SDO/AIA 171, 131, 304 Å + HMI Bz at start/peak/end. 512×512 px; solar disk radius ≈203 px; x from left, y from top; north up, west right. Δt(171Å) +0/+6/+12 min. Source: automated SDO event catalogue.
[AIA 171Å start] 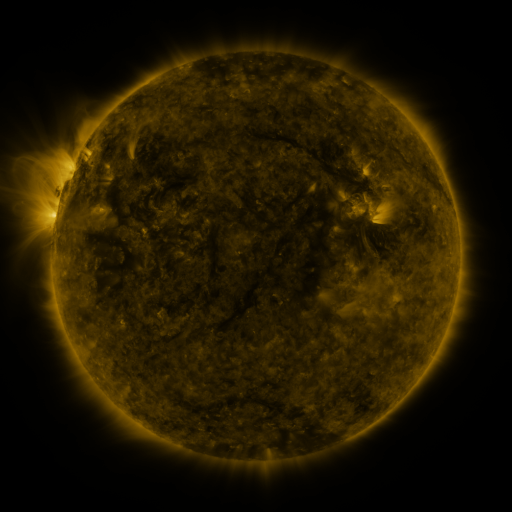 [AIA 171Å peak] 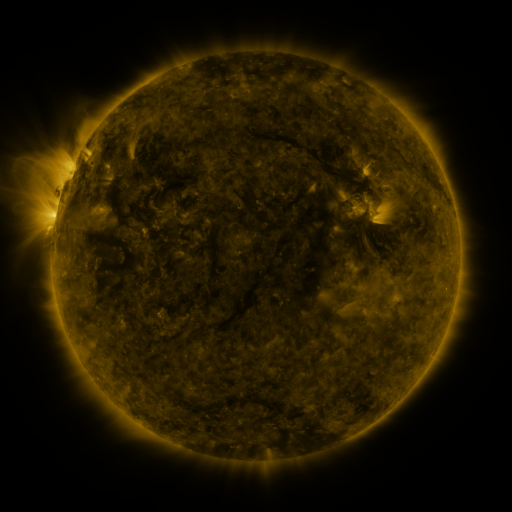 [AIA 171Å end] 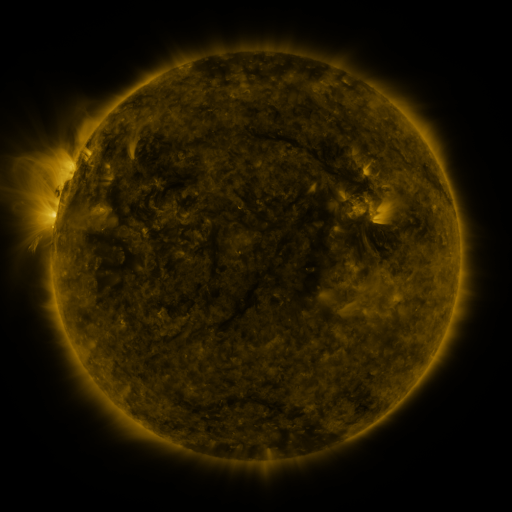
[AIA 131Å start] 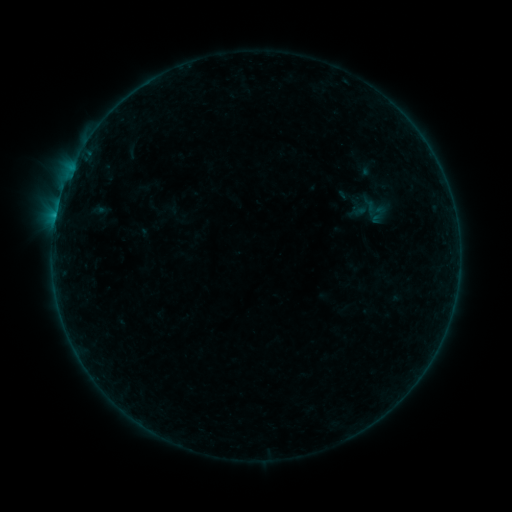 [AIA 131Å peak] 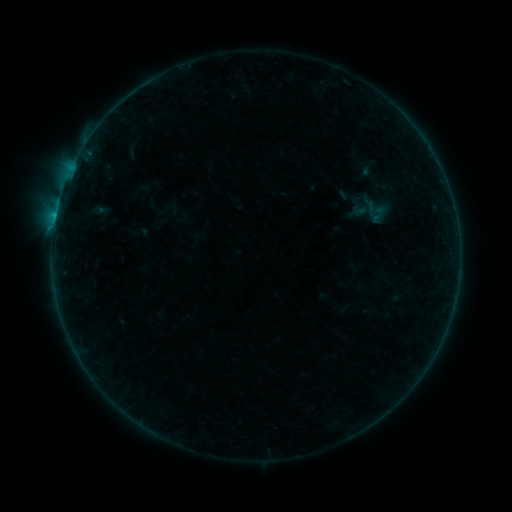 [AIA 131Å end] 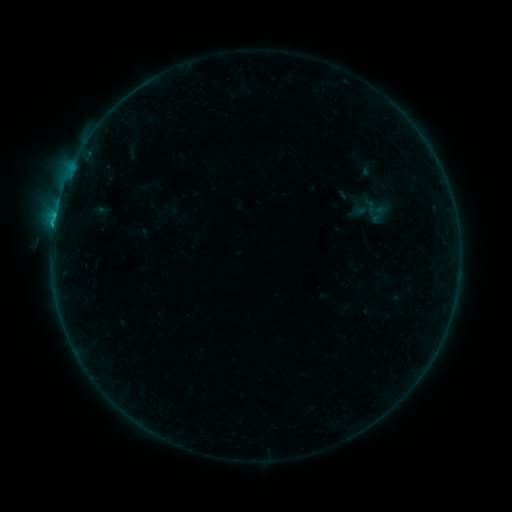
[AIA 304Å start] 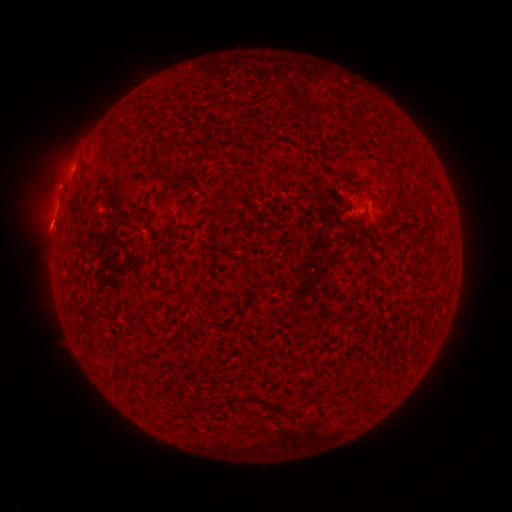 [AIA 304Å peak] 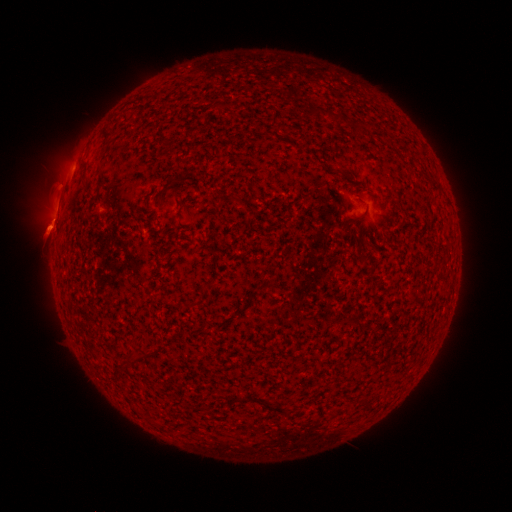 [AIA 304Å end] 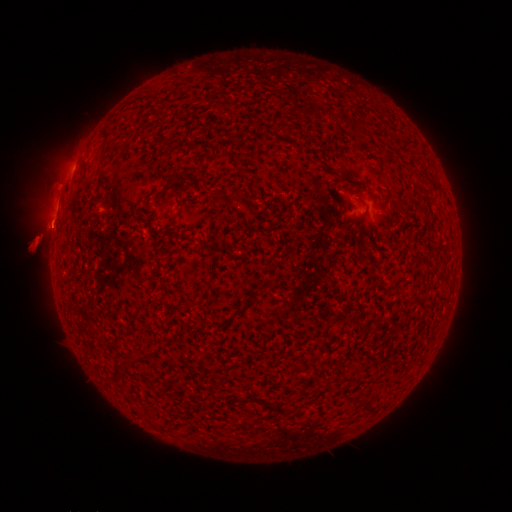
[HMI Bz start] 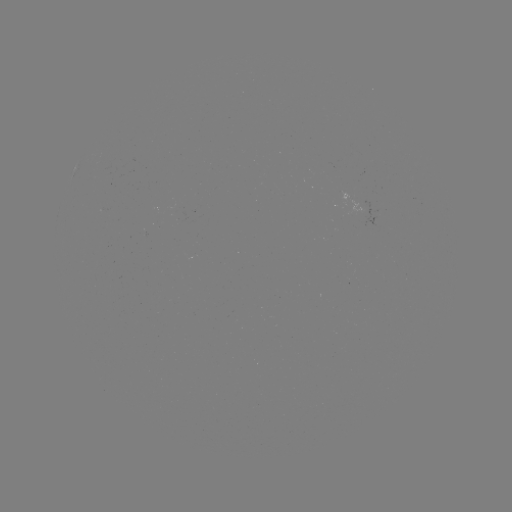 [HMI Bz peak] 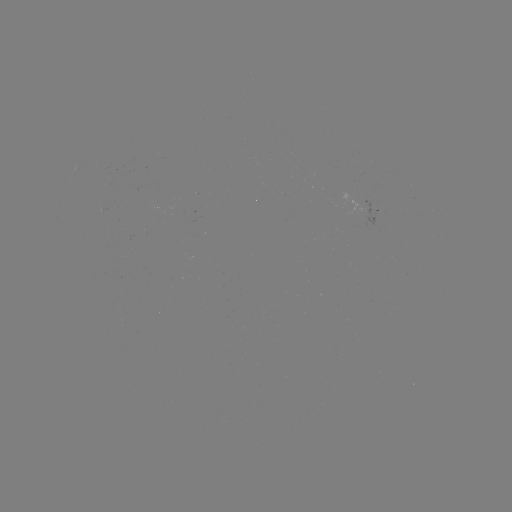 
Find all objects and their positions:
eruption: (47, 228)
